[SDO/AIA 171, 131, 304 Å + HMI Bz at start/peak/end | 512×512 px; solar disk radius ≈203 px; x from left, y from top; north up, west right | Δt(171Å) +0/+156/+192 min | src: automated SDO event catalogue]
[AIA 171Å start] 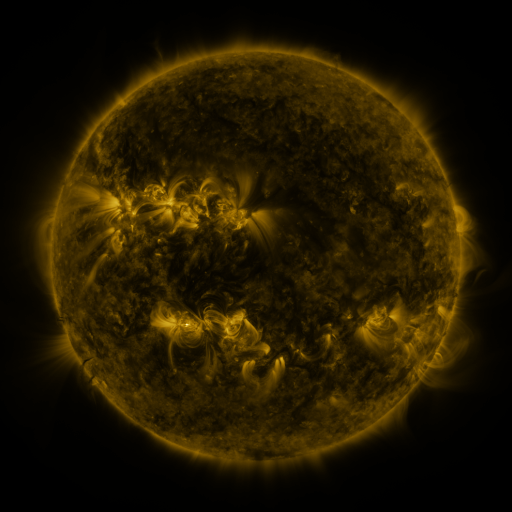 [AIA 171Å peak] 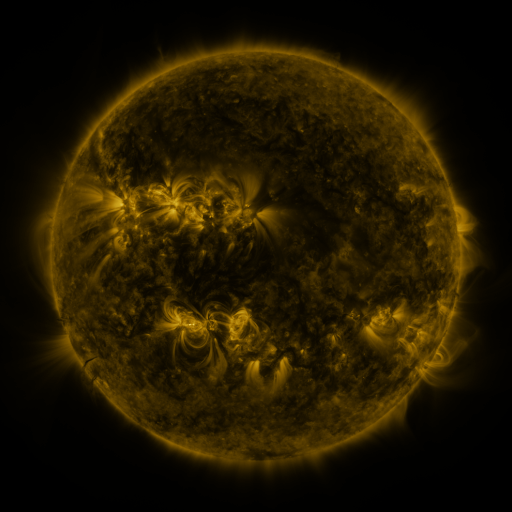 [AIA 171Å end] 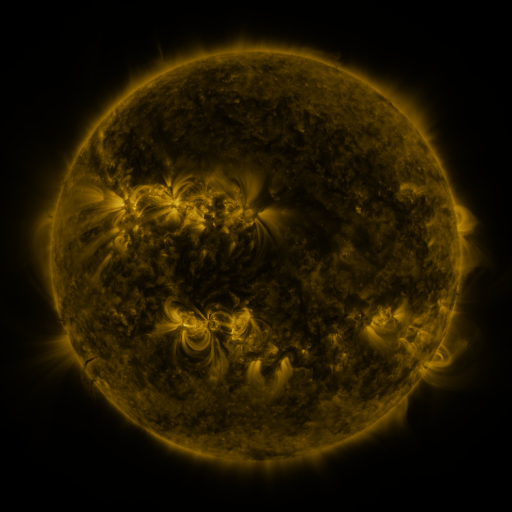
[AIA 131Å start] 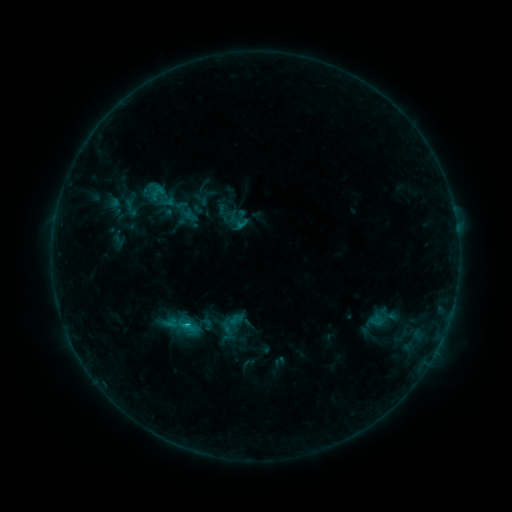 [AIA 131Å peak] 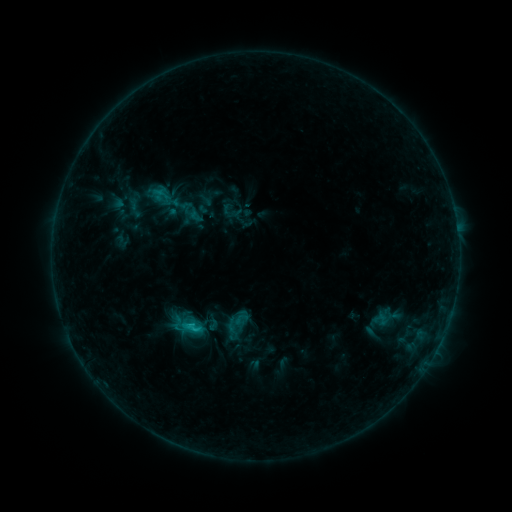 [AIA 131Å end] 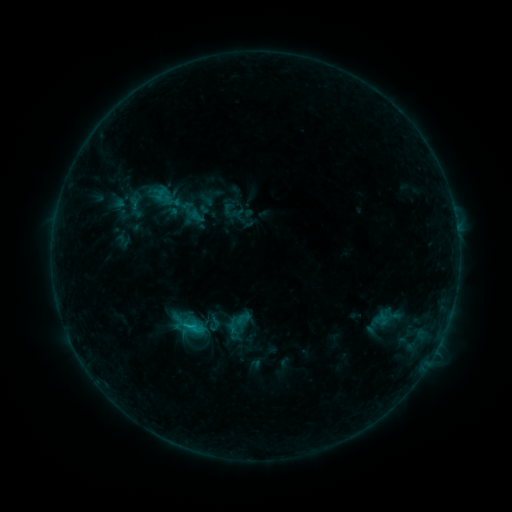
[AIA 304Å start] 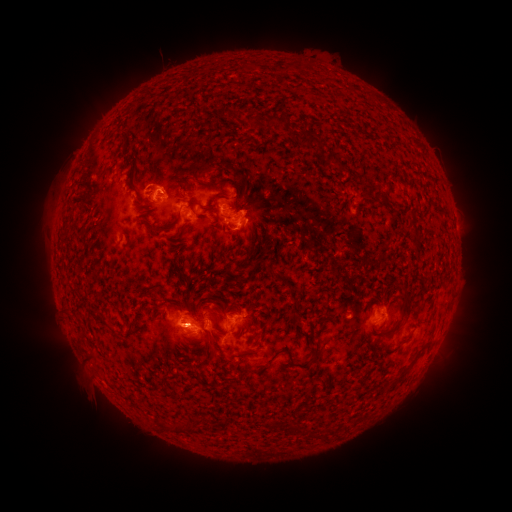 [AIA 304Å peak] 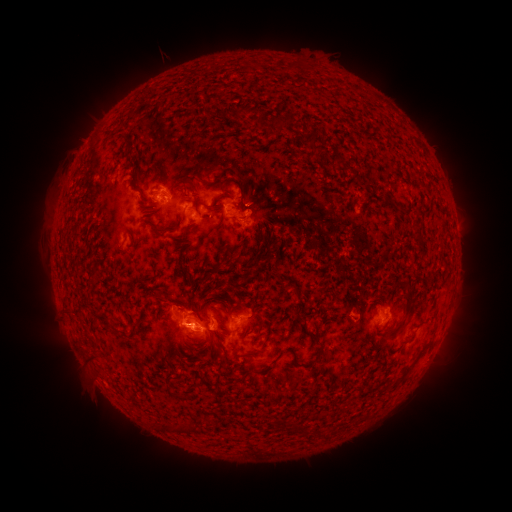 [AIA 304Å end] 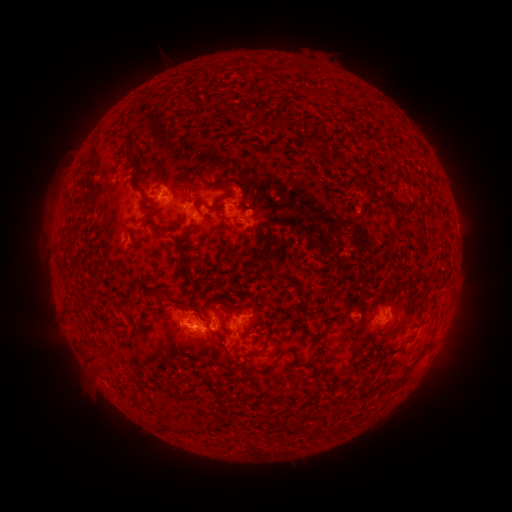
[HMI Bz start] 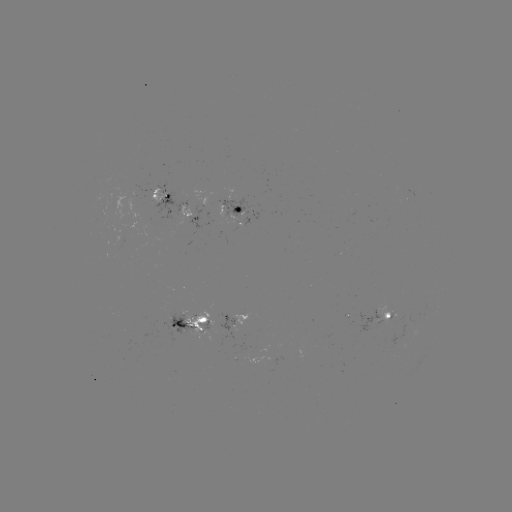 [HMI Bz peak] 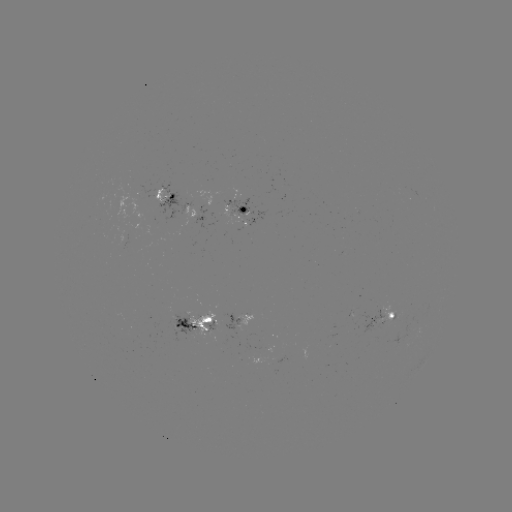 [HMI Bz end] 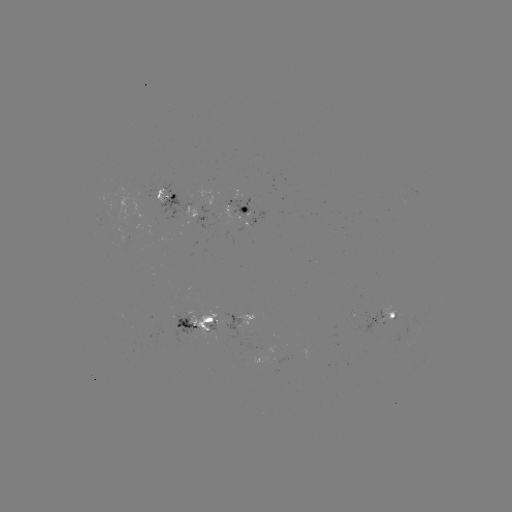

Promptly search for emerging-flux region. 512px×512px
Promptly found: [157, 191].